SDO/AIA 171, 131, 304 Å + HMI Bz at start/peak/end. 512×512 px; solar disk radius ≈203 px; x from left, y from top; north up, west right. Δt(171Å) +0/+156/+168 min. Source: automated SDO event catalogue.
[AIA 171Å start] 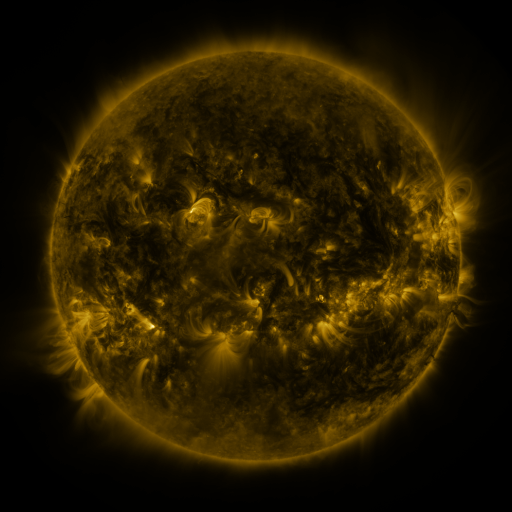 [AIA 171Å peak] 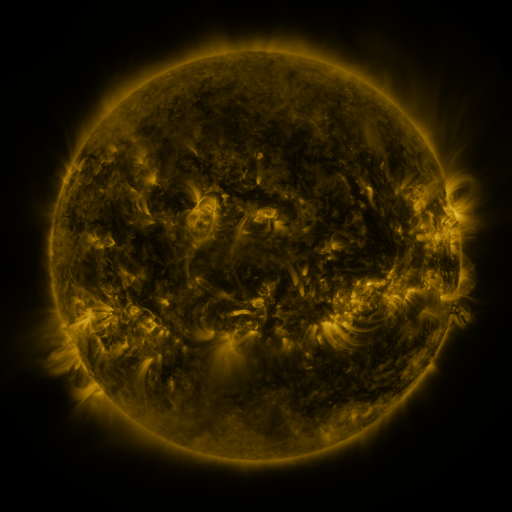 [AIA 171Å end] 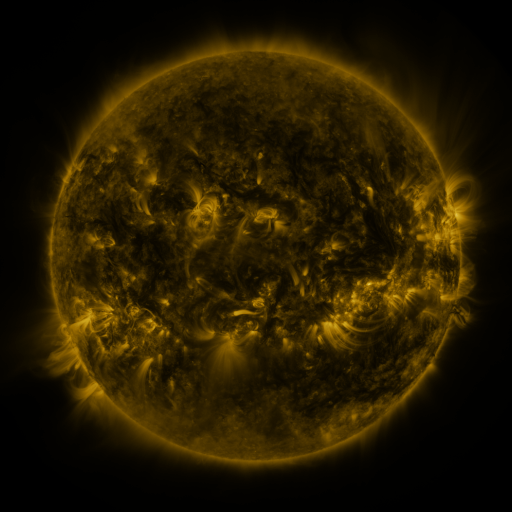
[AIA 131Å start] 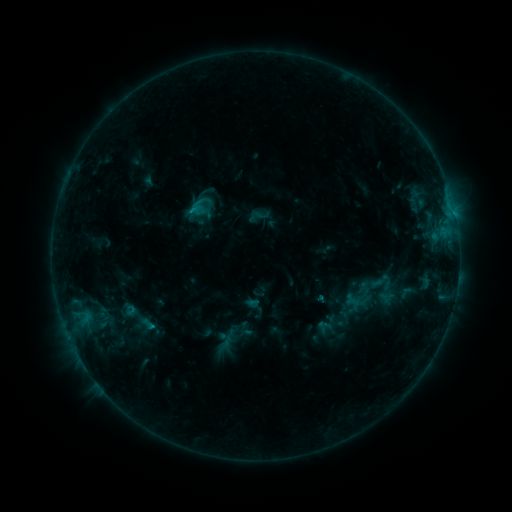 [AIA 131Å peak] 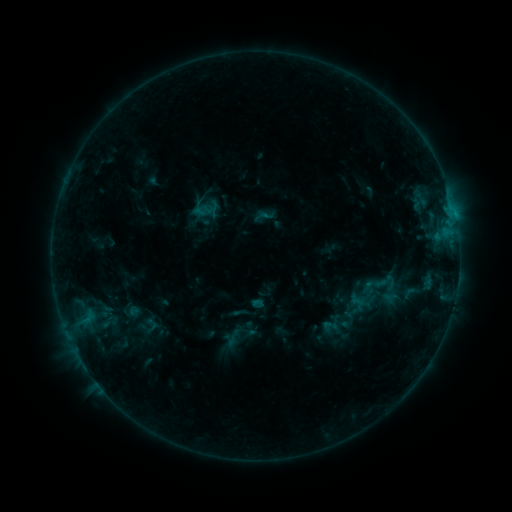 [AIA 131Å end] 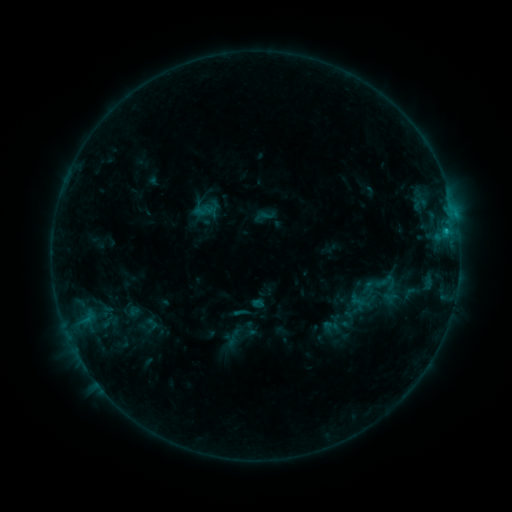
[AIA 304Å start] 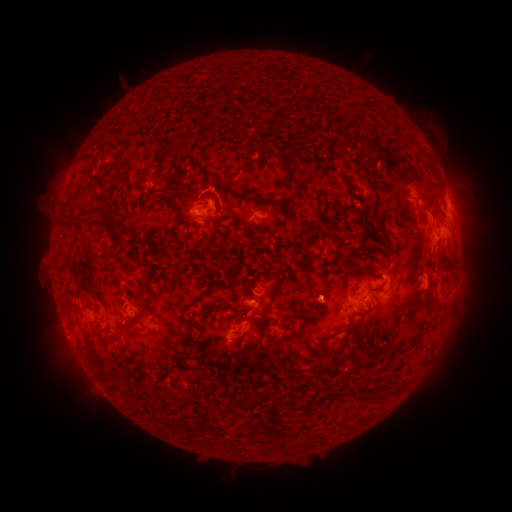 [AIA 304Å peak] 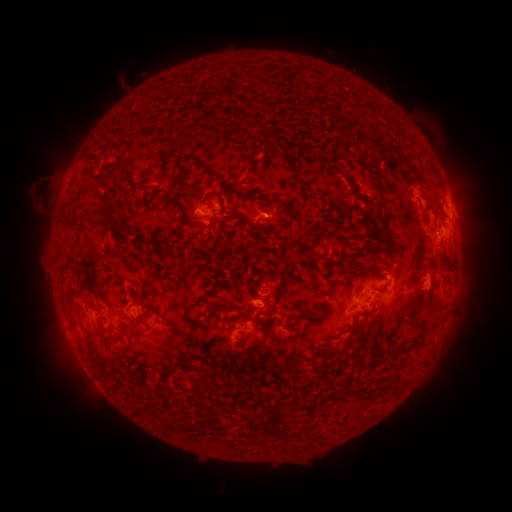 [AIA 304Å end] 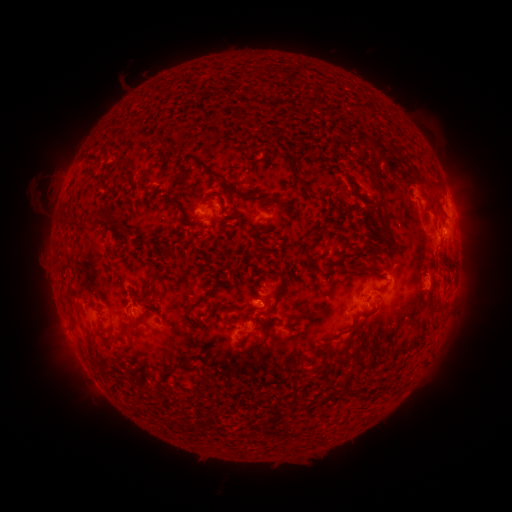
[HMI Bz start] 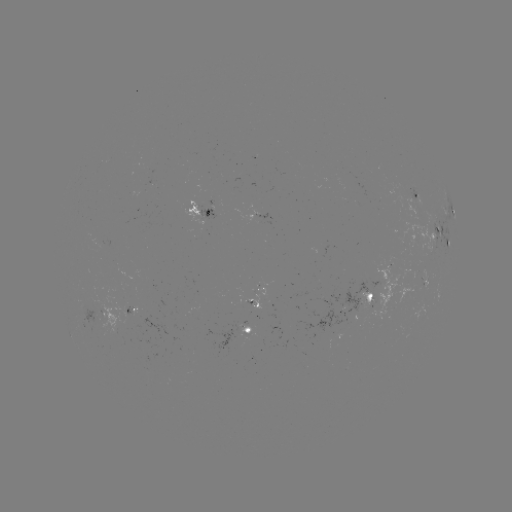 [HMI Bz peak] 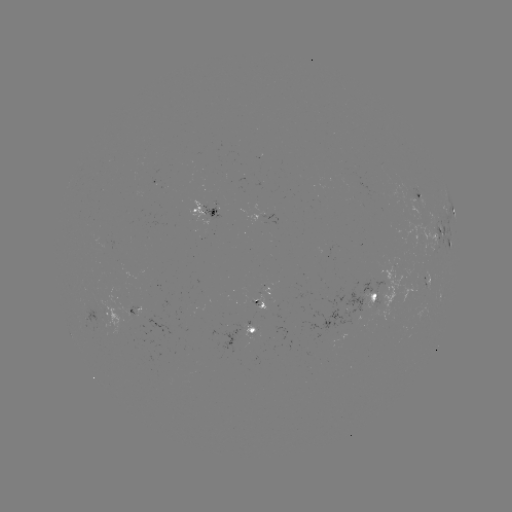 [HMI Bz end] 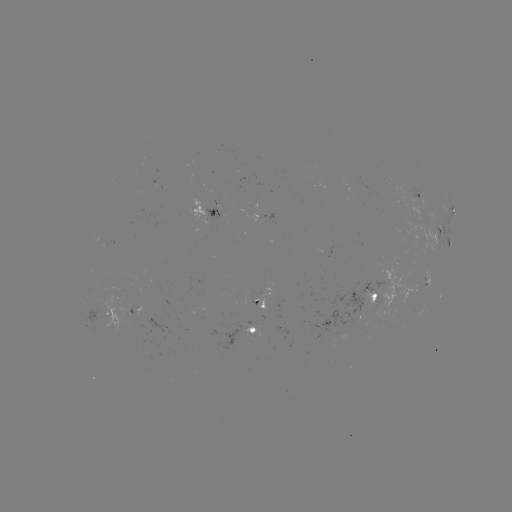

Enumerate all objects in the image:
emerging-flux region: (368, 301)
